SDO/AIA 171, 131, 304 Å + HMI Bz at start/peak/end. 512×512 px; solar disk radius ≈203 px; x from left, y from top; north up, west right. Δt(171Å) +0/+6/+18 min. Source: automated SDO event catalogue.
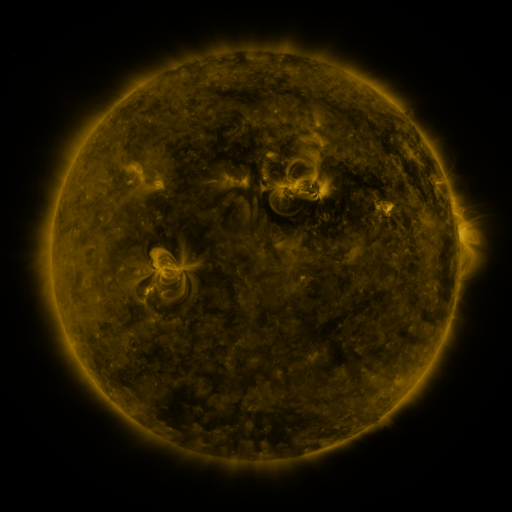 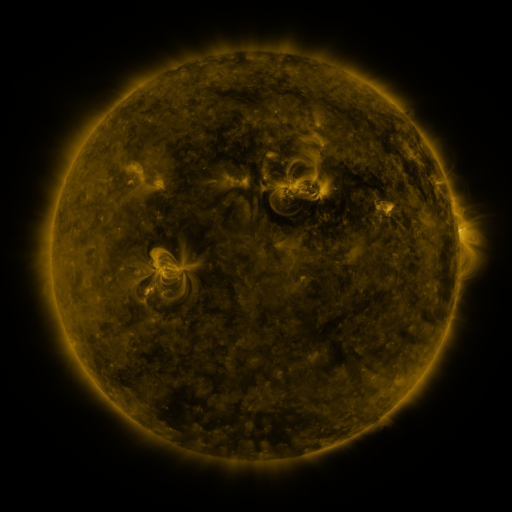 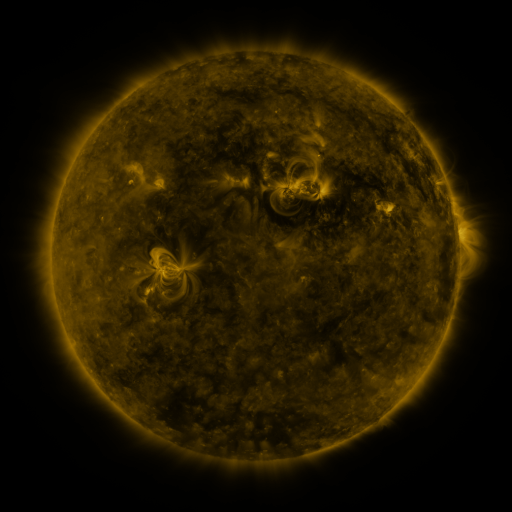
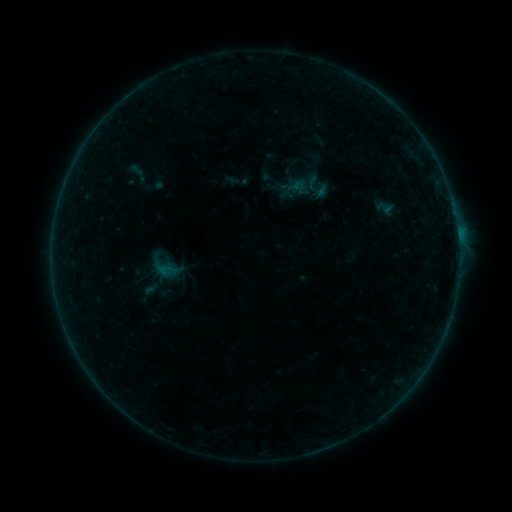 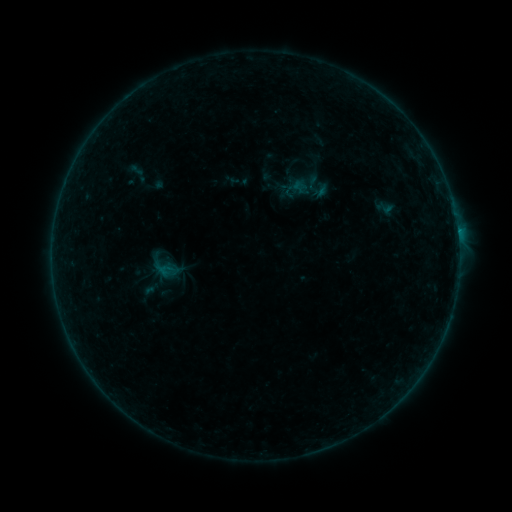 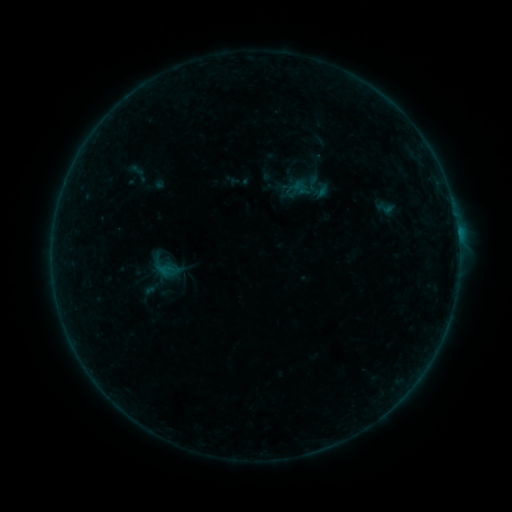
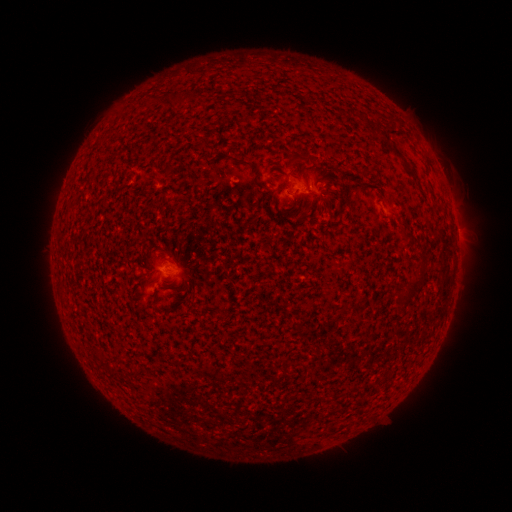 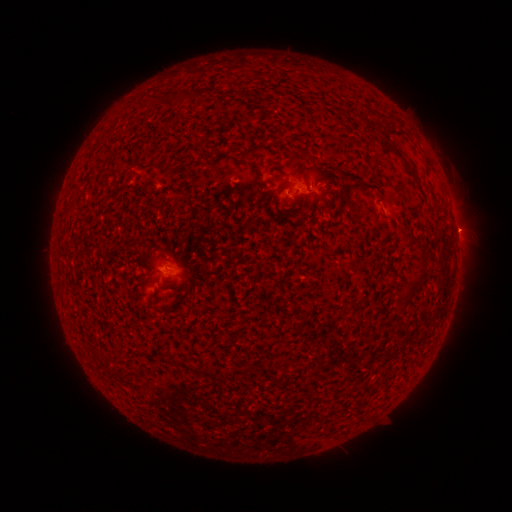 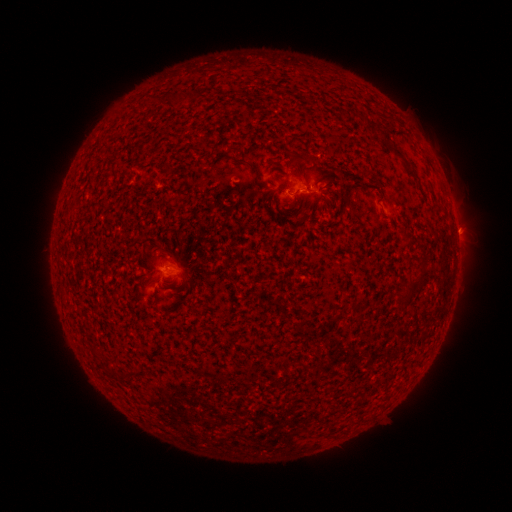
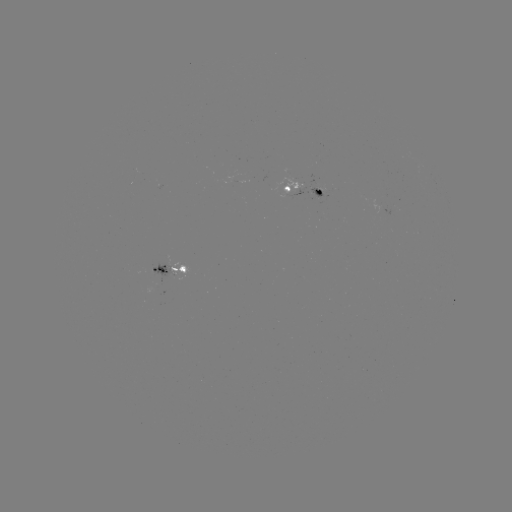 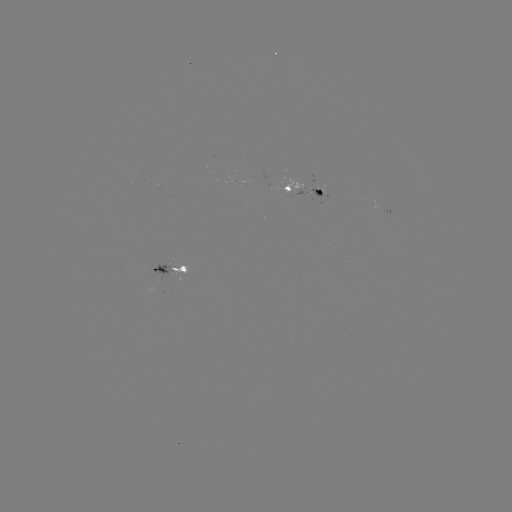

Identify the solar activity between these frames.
B2.6 flare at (457, 230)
